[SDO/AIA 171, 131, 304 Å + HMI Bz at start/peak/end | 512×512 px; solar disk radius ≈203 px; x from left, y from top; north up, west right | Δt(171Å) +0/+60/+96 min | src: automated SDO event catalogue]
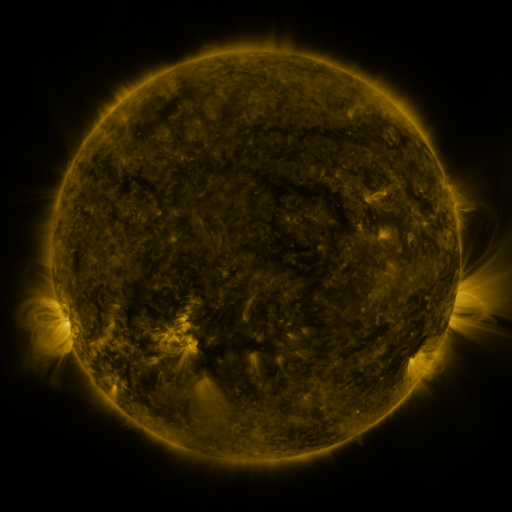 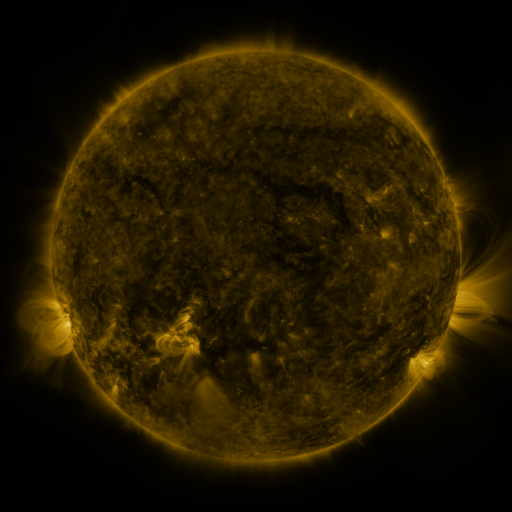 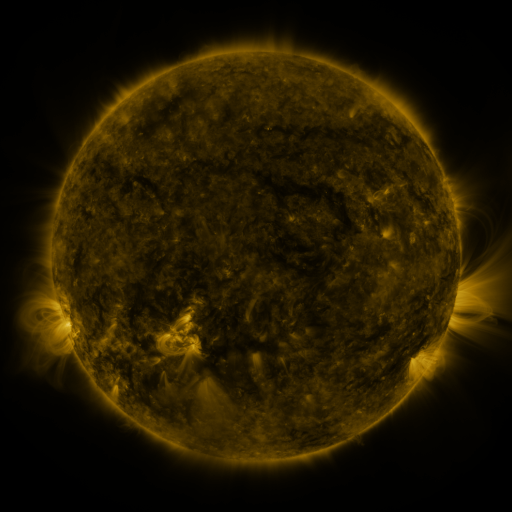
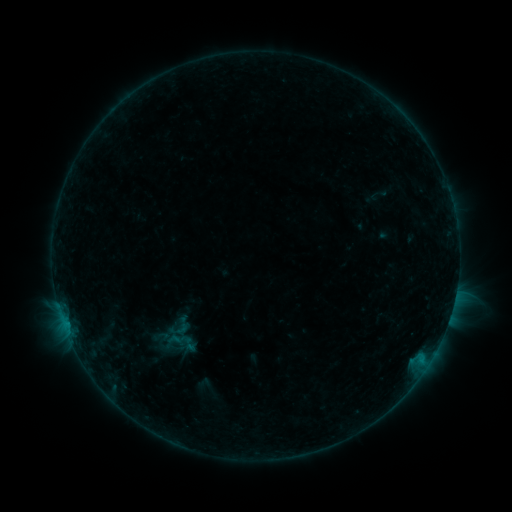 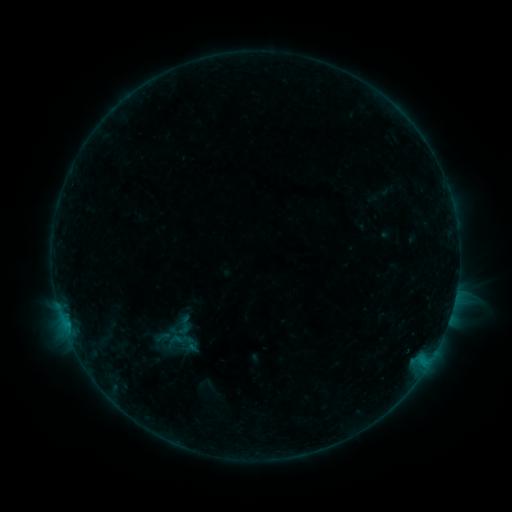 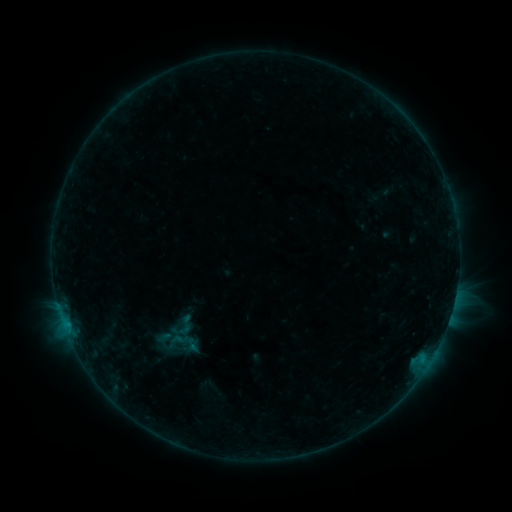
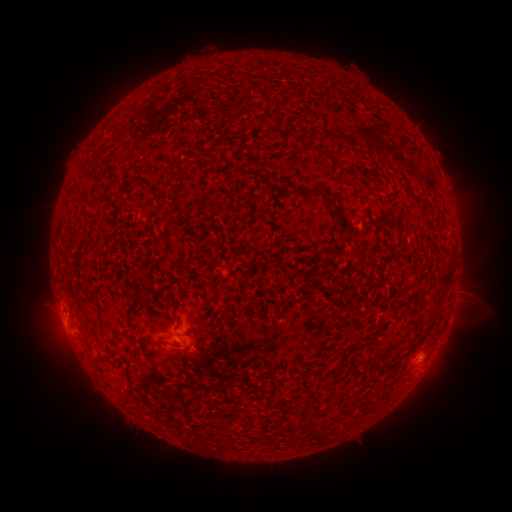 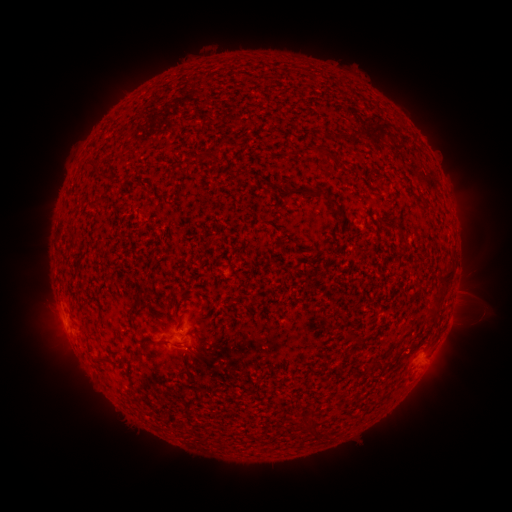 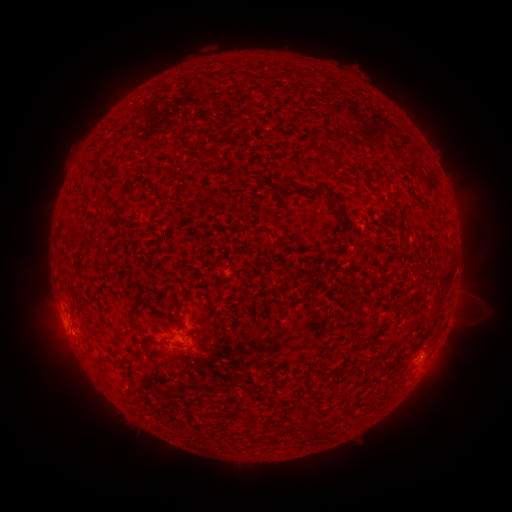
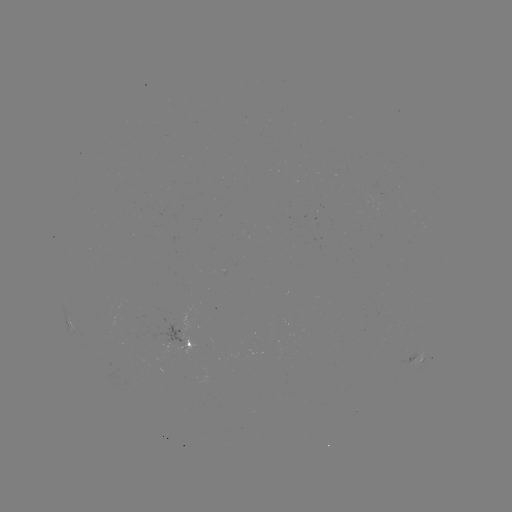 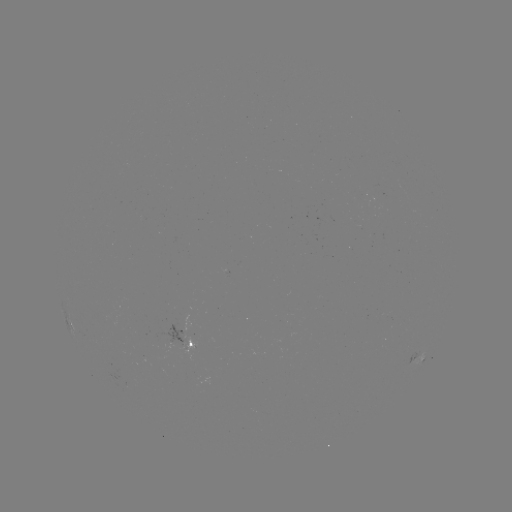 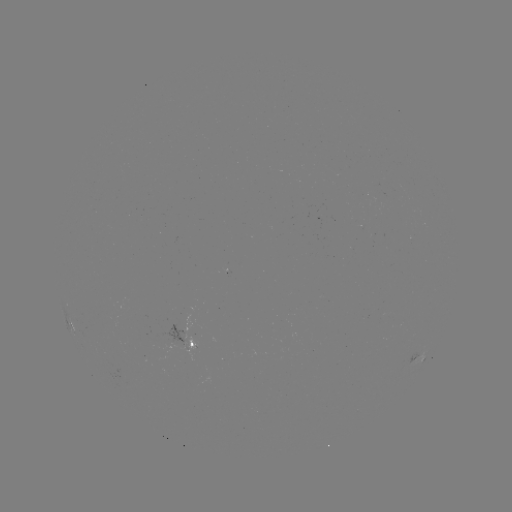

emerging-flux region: (150, 322, 186, 349)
